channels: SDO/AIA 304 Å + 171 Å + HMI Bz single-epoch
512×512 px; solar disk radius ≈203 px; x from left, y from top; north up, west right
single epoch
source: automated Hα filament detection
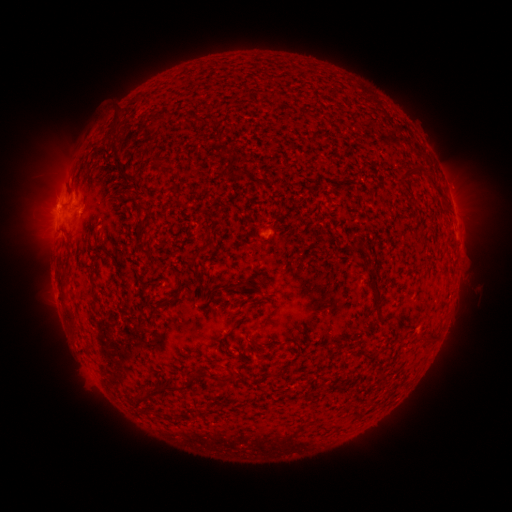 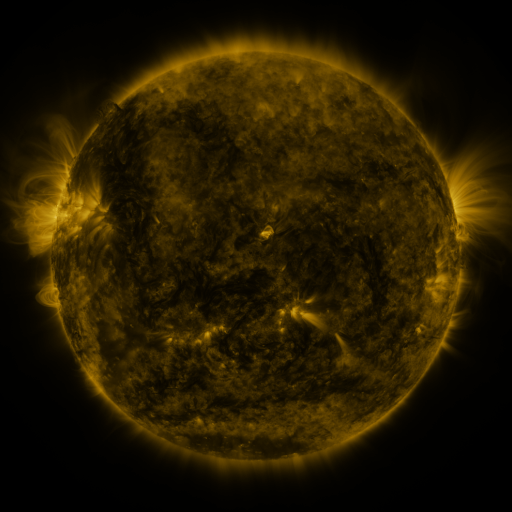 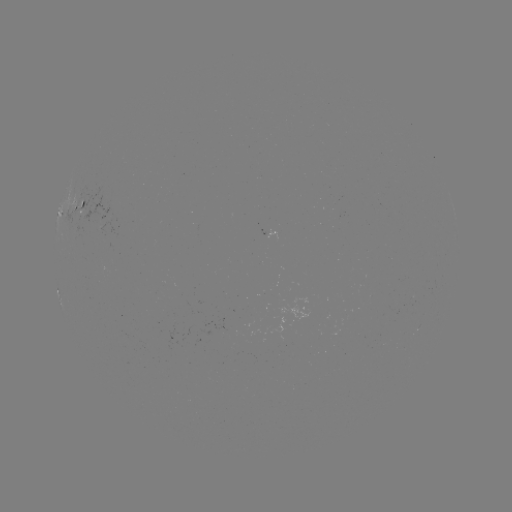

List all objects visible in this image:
filament: (198, 114, 214, 123)
filament: (151, 116, 160, 127)
filament: (399, 166, 422, 185)
filament: (239, 169, 250, 178)
filament: (192, 240, 213, 259)
filament: (139, 243, 151, 256)
filament: (89, 267, 96, 279)
filament: (365, 269, 381, 311)
filament: (89, 284, 97, 297)
filament: (149, 300, 167, 319)
filament: (213, 372, 242, 384)
filament: (162, 380, 180, 390)
filament: (146, 384, 159, 397)
